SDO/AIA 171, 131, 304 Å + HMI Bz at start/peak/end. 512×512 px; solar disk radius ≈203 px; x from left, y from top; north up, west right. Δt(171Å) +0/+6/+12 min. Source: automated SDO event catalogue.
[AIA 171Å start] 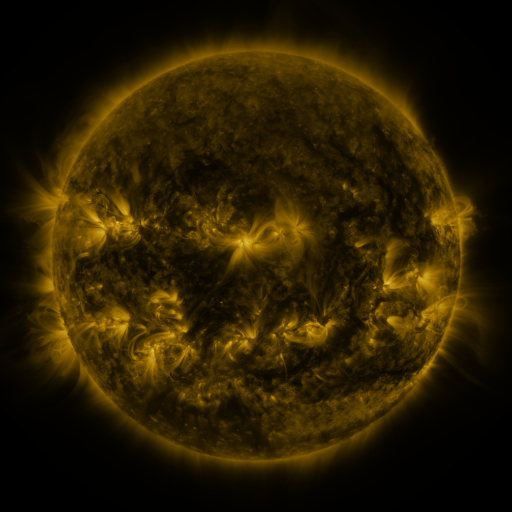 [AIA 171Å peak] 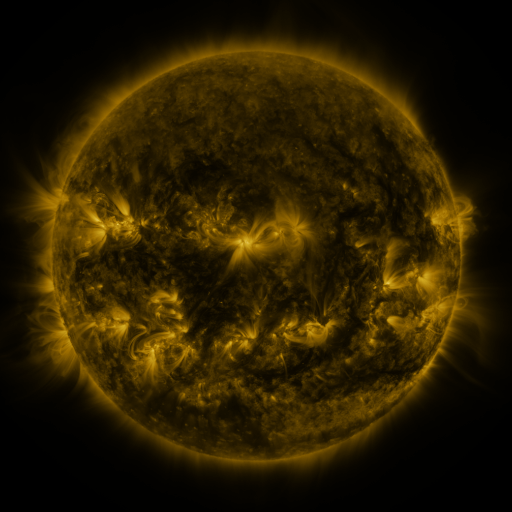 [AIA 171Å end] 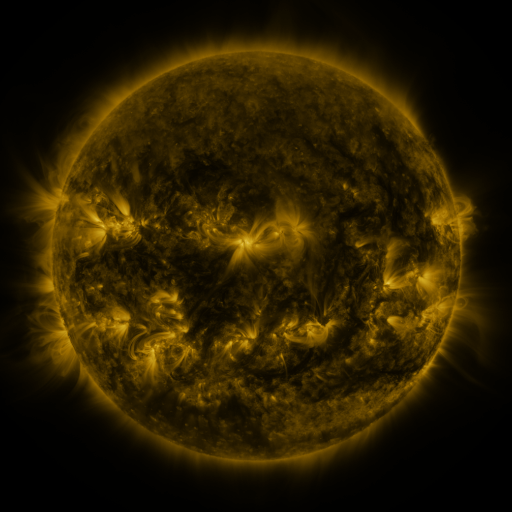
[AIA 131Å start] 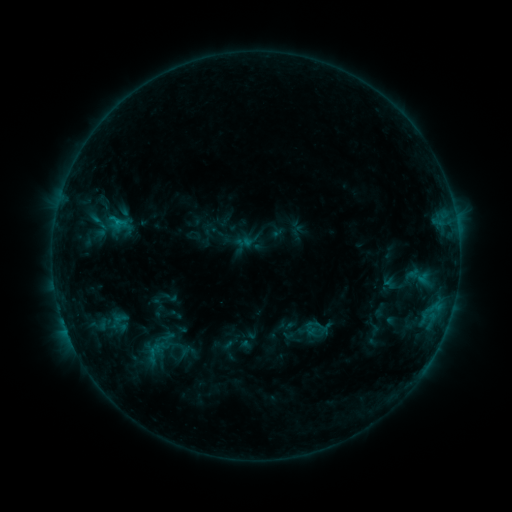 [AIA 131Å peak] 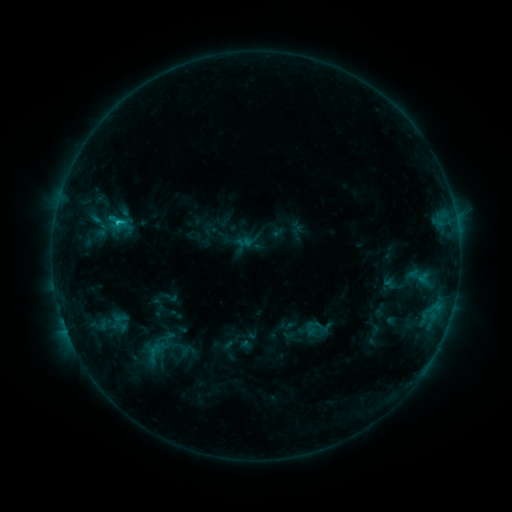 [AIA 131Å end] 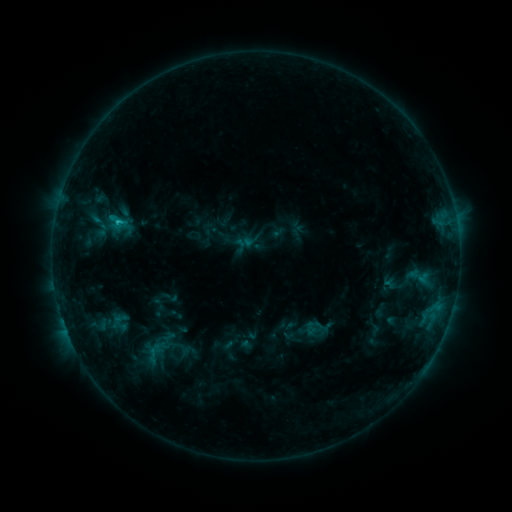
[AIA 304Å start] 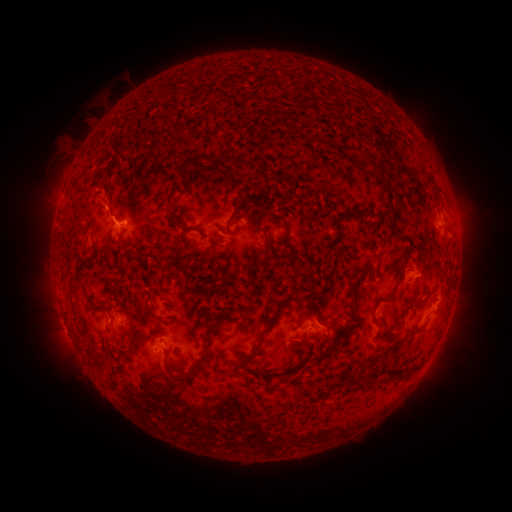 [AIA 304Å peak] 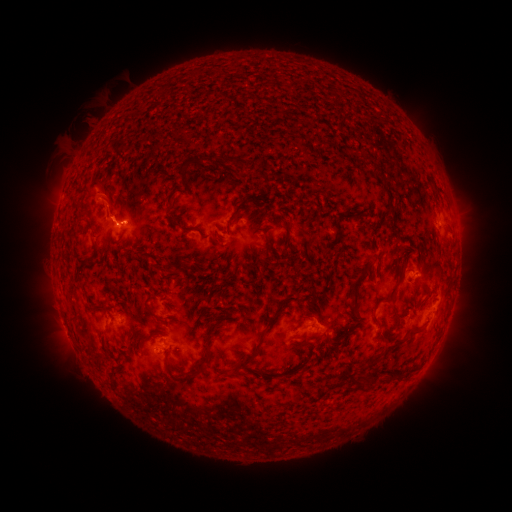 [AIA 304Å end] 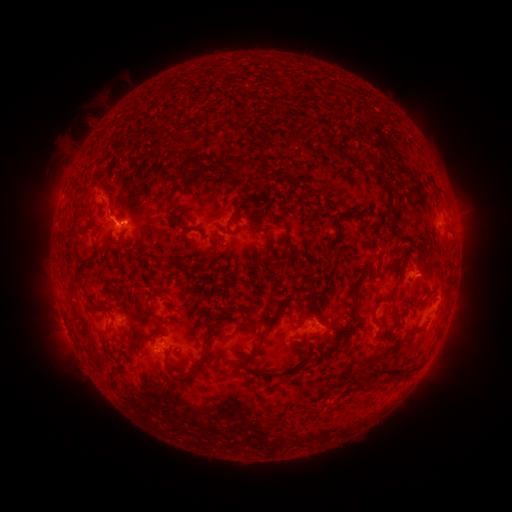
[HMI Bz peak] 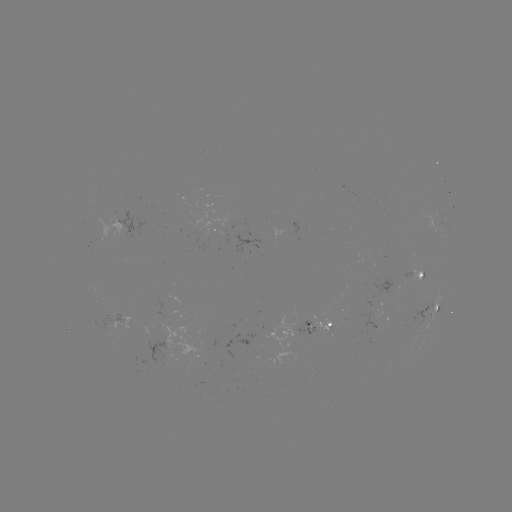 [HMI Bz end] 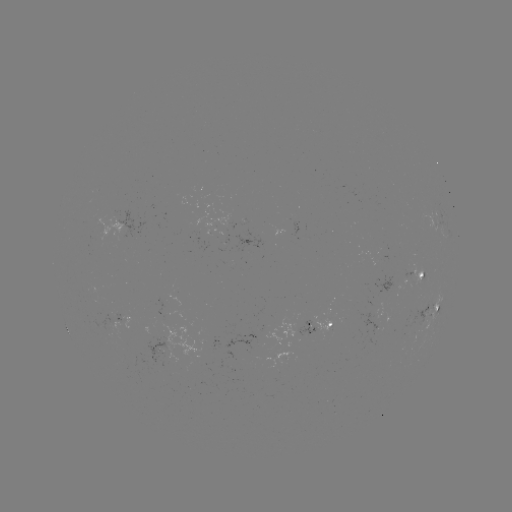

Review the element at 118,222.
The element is C1.1 flare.